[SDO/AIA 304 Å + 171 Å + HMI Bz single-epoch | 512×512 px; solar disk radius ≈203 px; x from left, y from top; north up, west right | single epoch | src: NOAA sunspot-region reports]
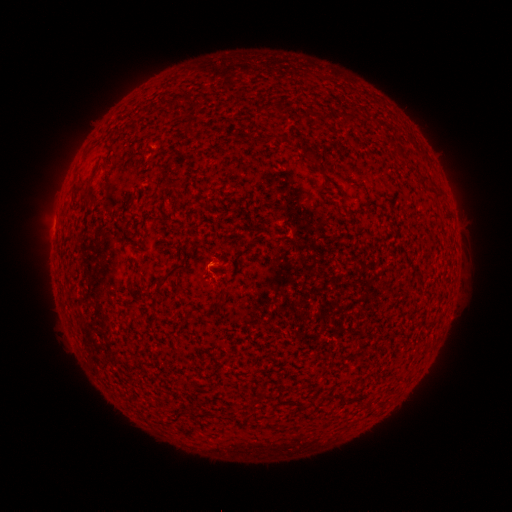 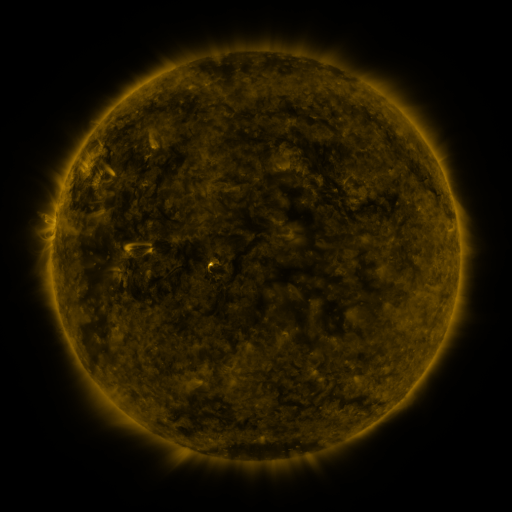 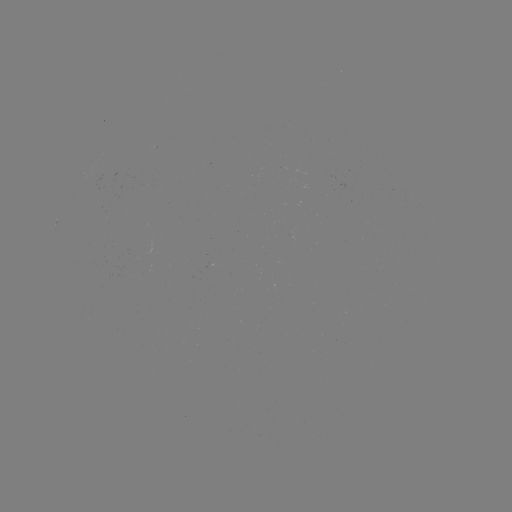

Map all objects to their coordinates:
(none)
